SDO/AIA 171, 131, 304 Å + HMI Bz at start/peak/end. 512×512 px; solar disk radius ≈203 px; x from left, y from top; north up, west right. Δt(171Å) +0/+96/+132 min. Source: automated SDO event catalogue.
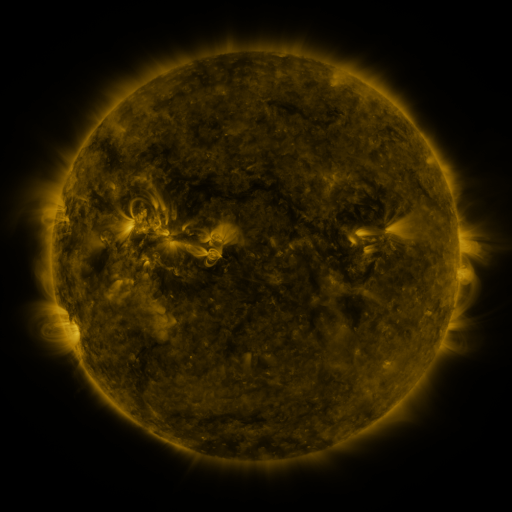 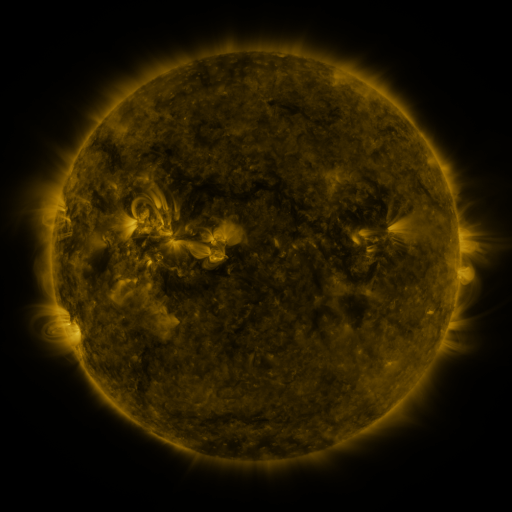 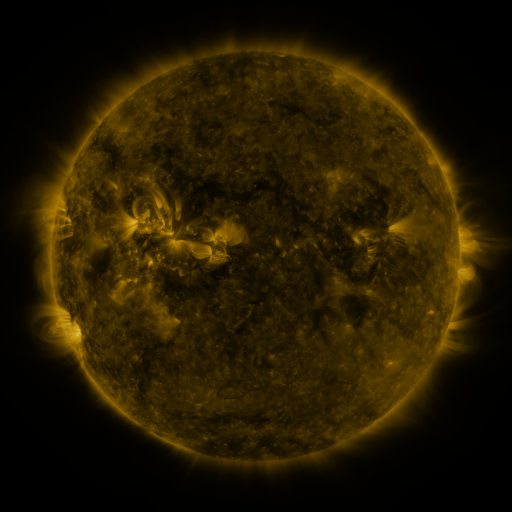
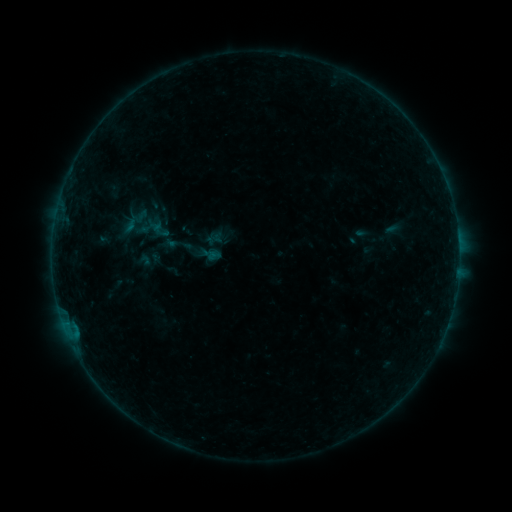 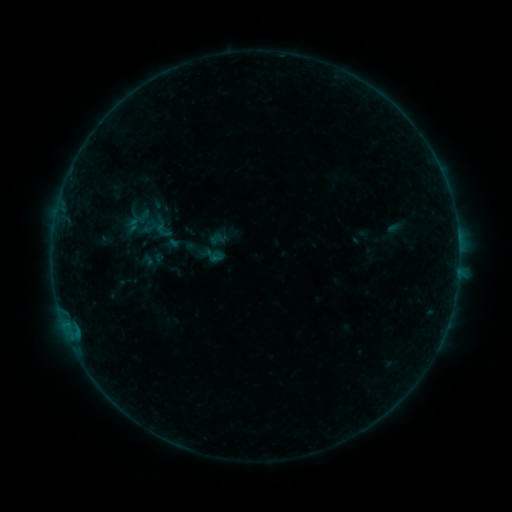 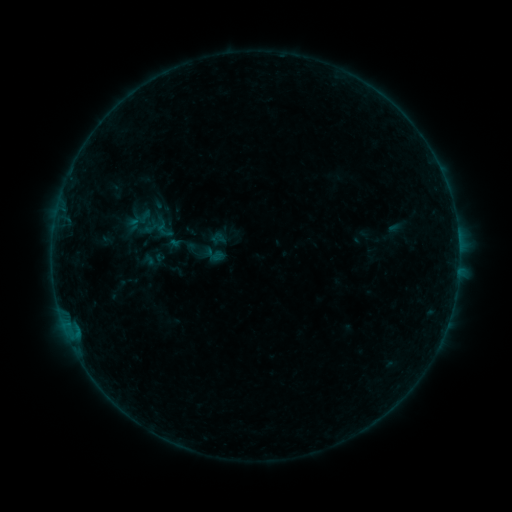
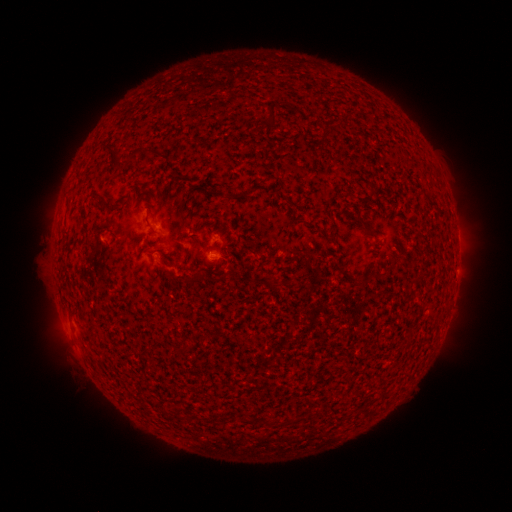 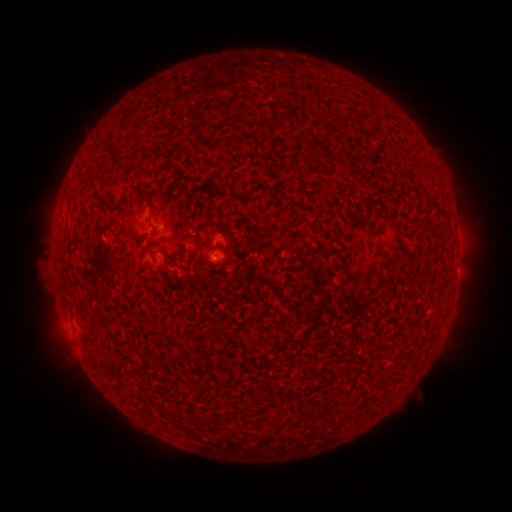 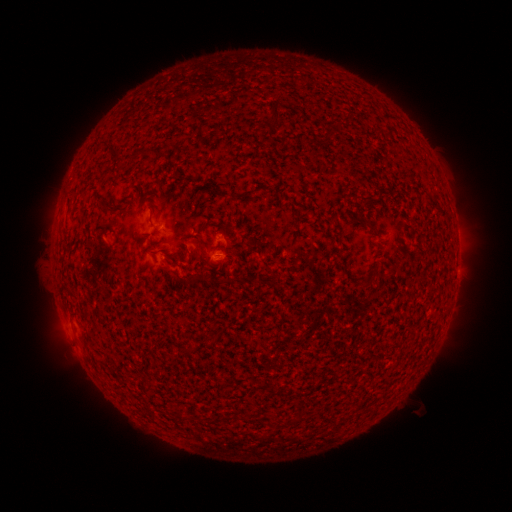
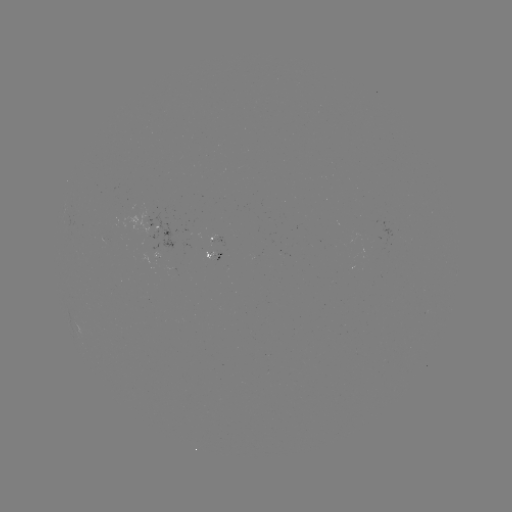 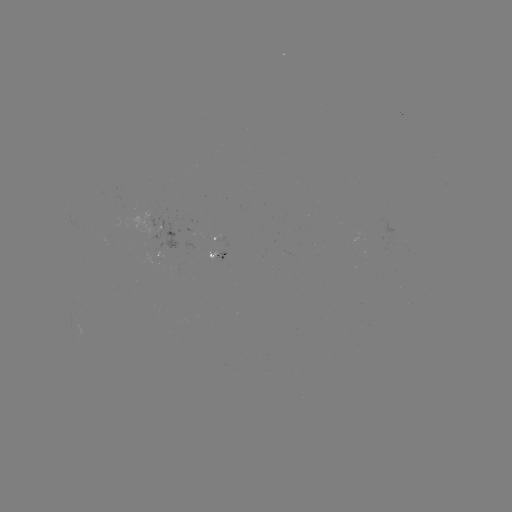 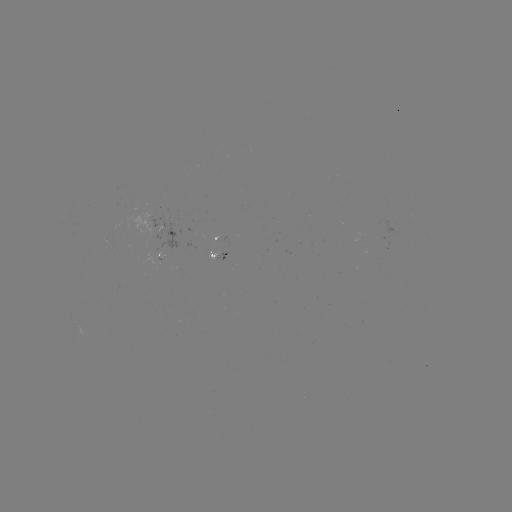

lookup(emerging-flux region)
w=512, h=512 (165, 253)